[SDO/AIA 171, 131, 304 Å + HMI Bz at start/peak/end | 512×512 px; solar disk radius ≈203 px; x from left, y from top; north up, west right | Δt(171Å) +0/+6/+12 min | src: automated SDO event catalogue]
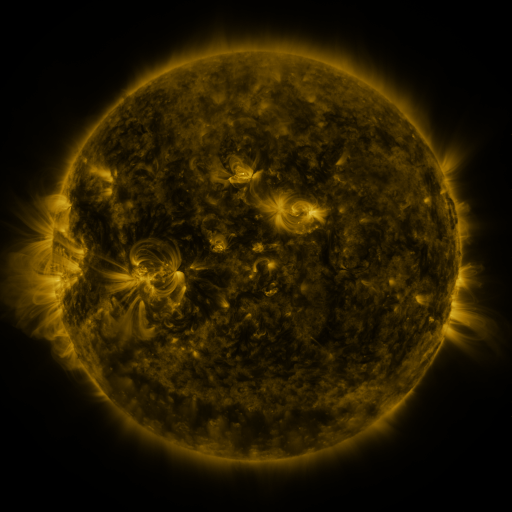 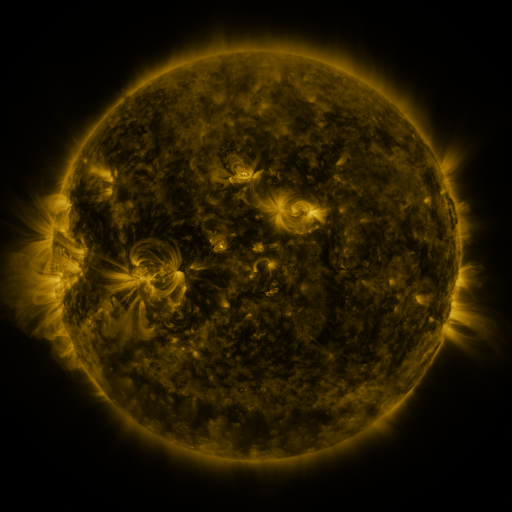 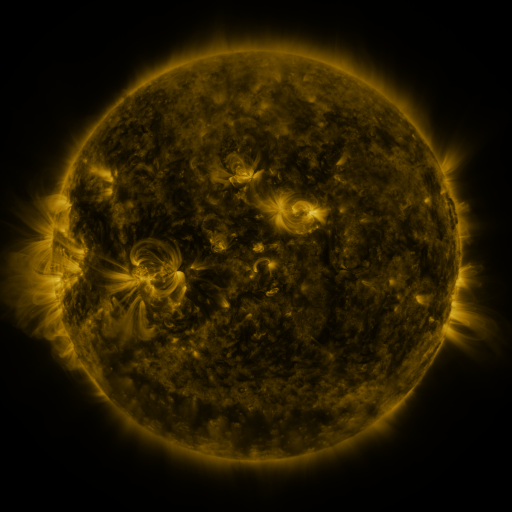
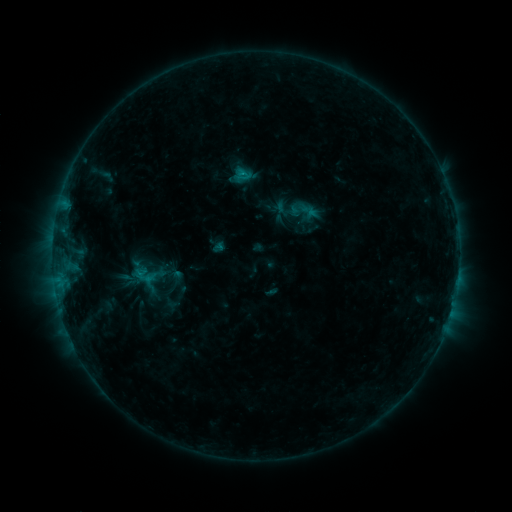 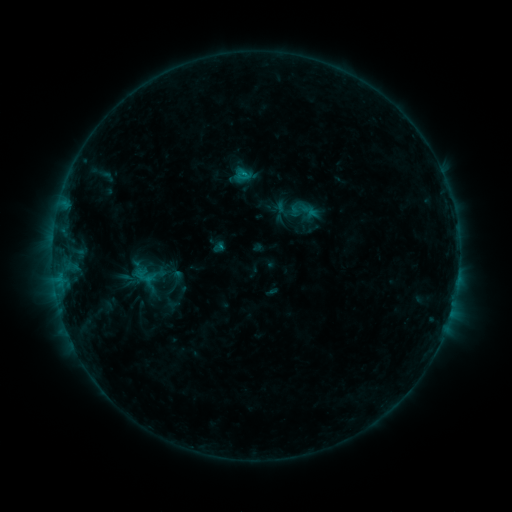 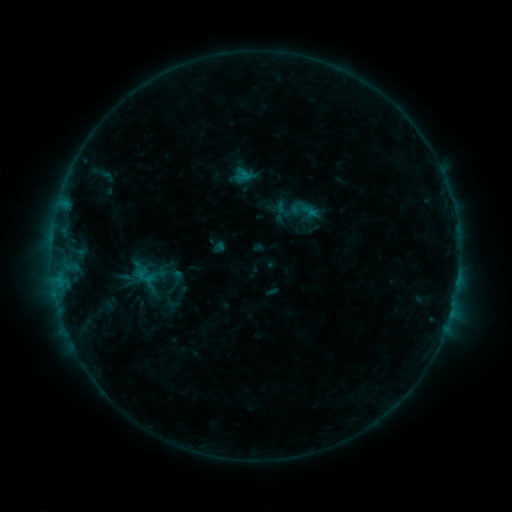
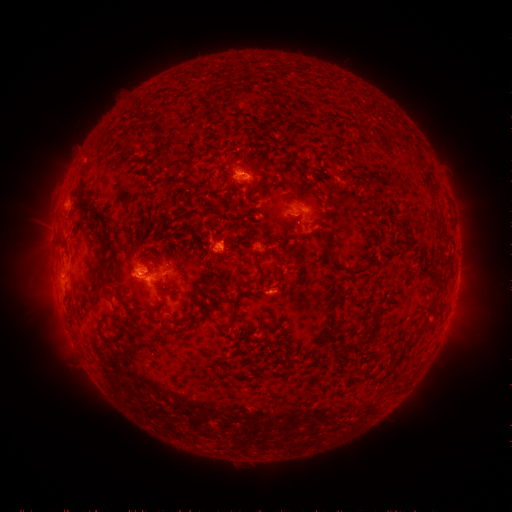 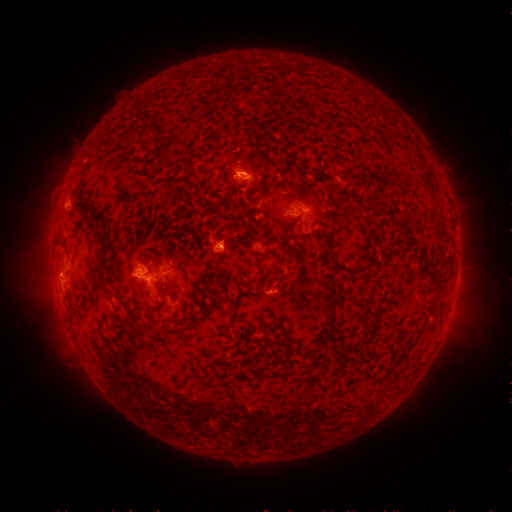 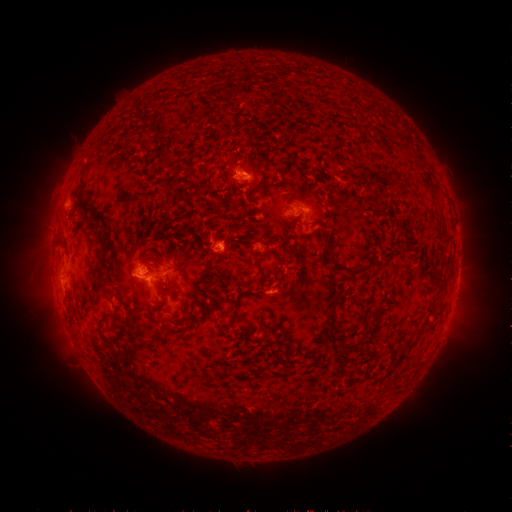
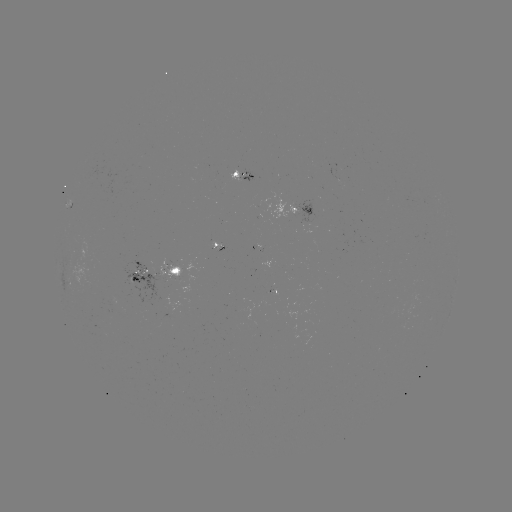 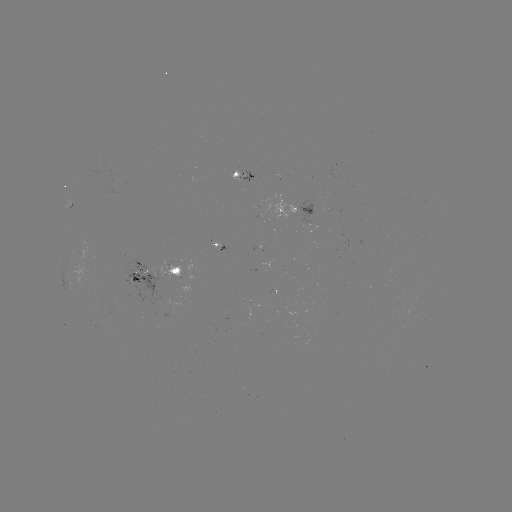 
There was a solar eruption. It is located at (57, 274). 